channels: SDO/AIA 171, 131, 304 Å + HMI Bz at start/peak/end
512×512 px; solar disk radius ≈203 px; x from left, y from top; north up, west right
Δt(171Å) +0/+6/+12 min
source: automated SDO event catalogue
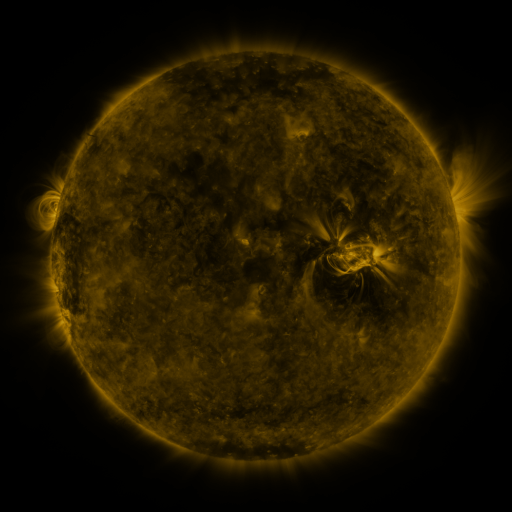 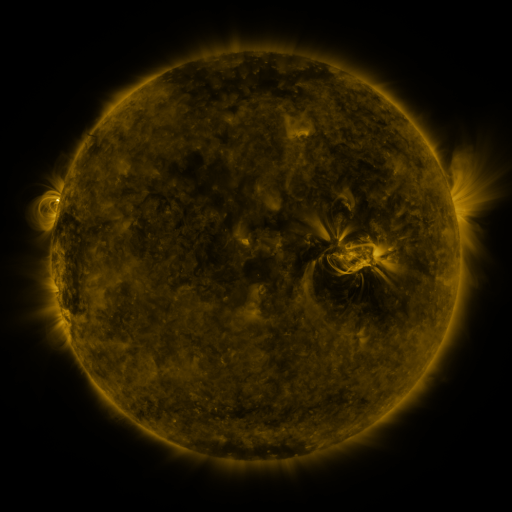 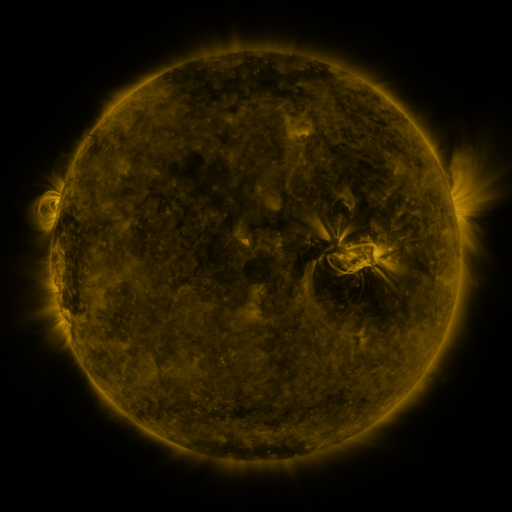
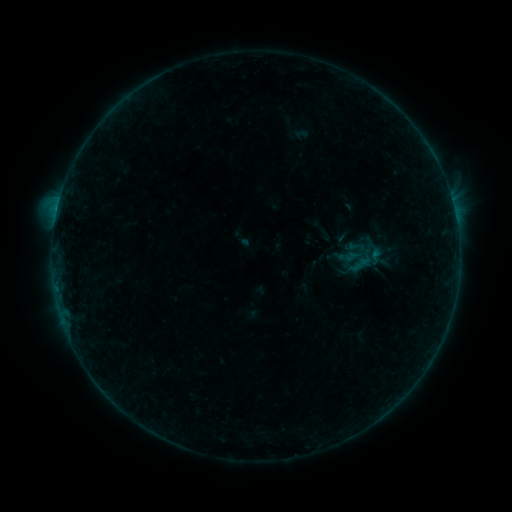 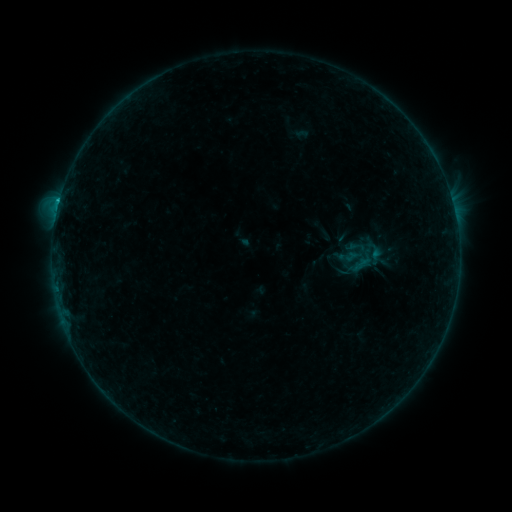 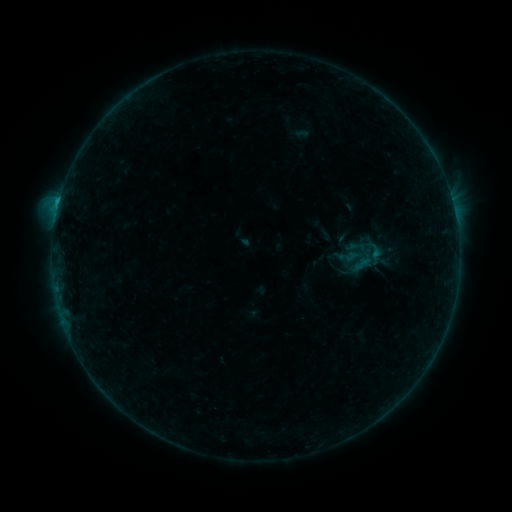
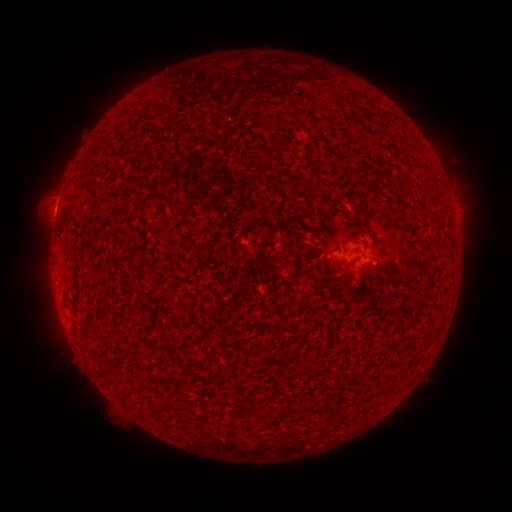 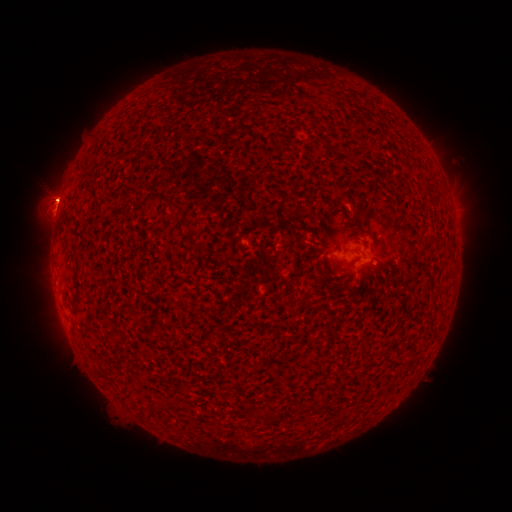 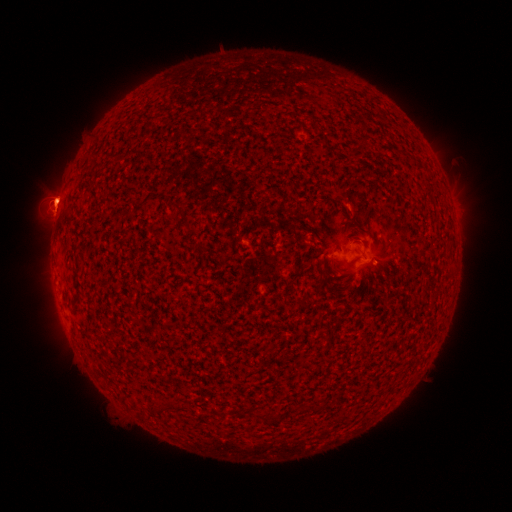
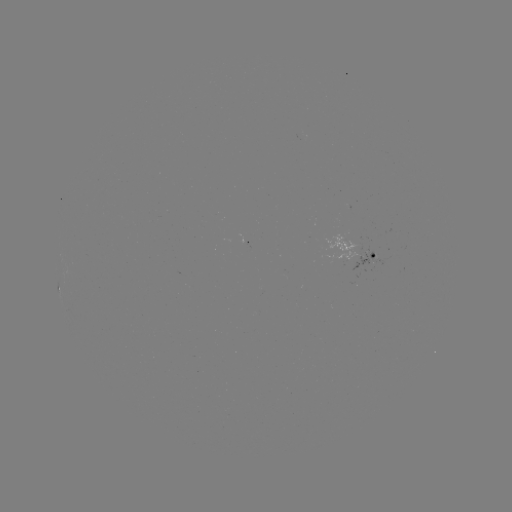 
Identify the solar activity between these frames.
B6.8 flare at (59, 204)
